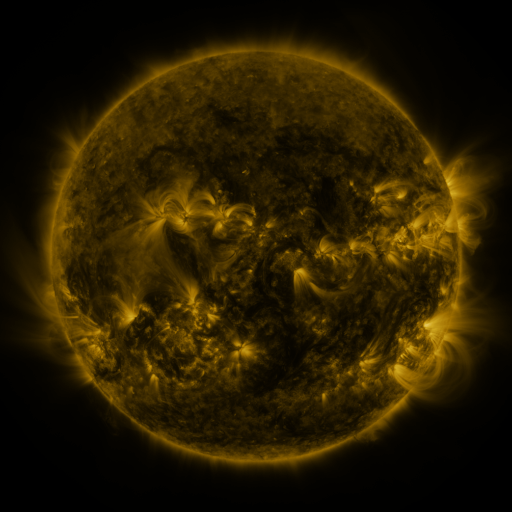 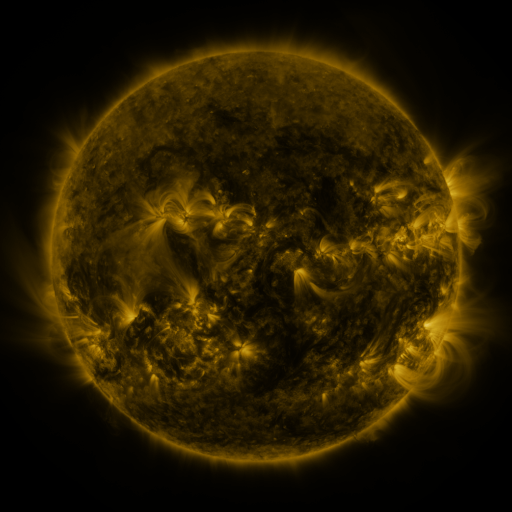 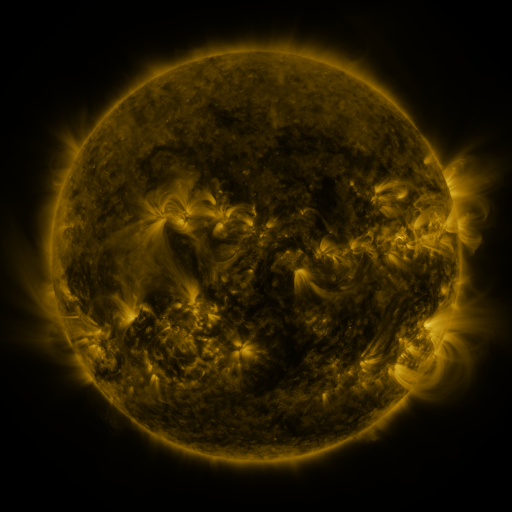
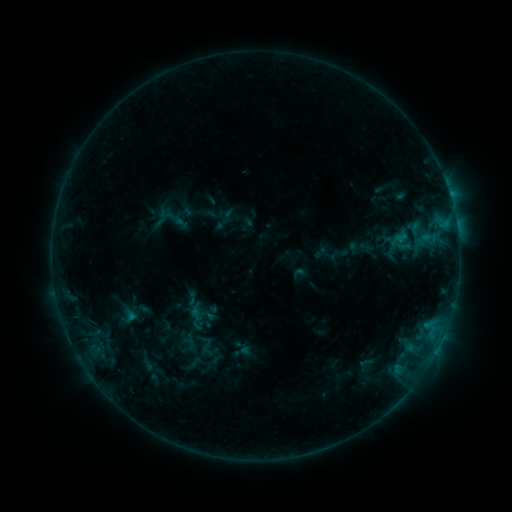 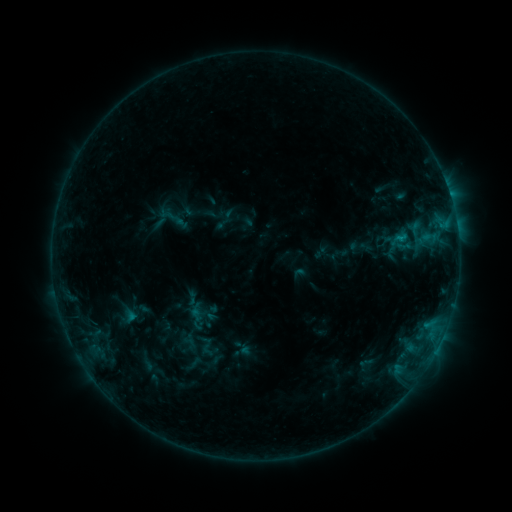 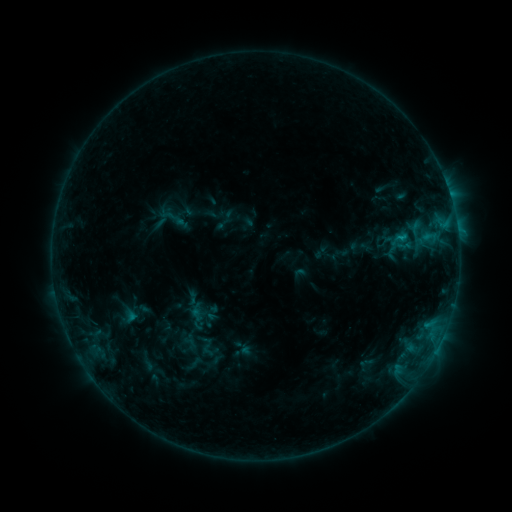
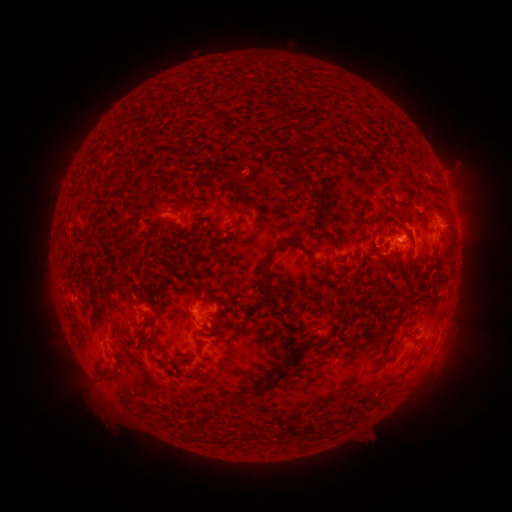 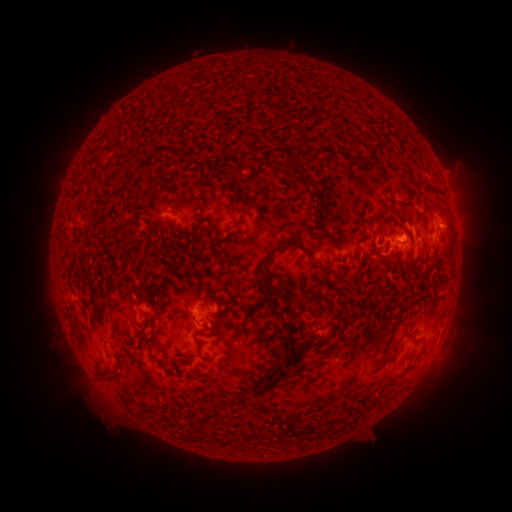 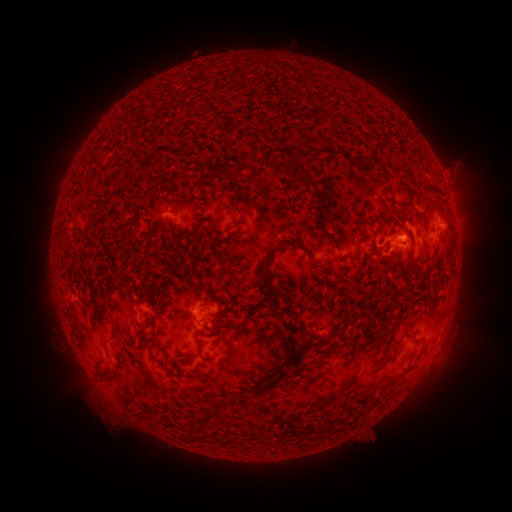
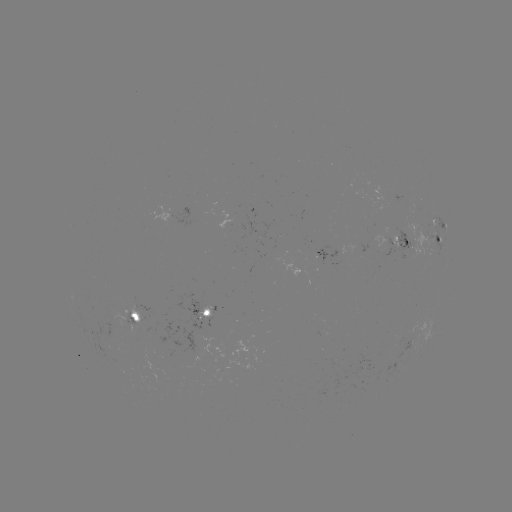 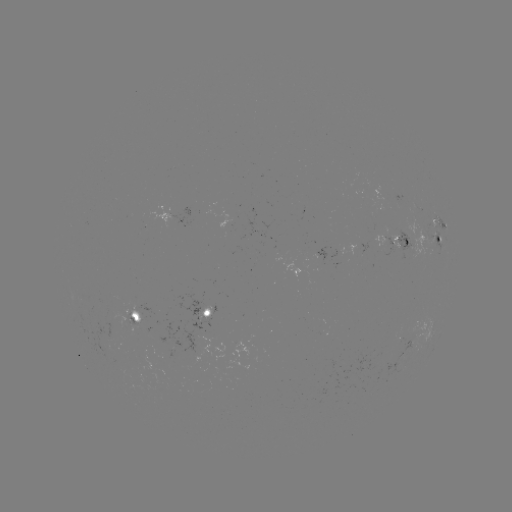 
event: flare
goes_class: C1.2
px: (398, 241)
